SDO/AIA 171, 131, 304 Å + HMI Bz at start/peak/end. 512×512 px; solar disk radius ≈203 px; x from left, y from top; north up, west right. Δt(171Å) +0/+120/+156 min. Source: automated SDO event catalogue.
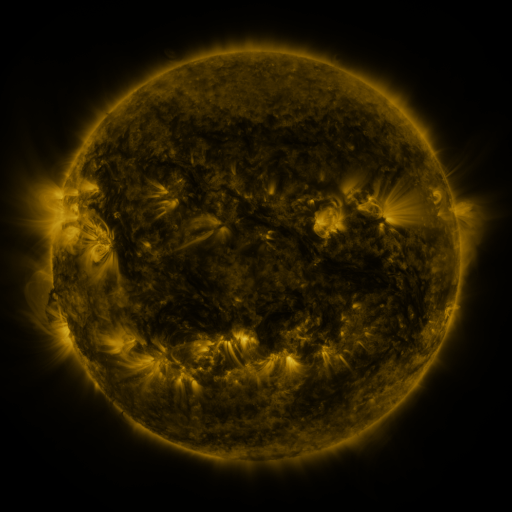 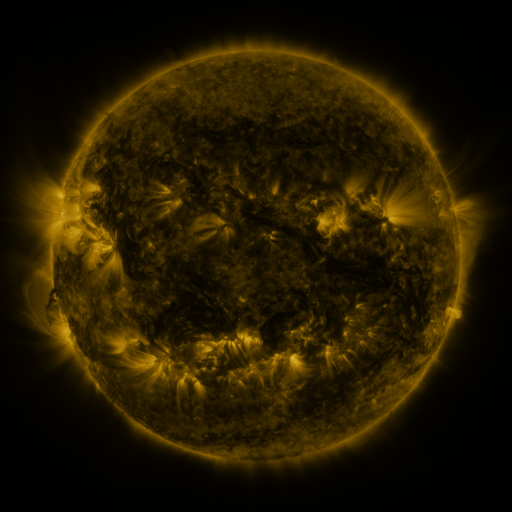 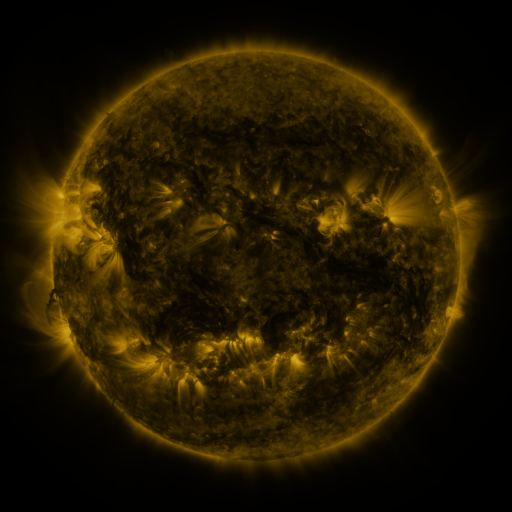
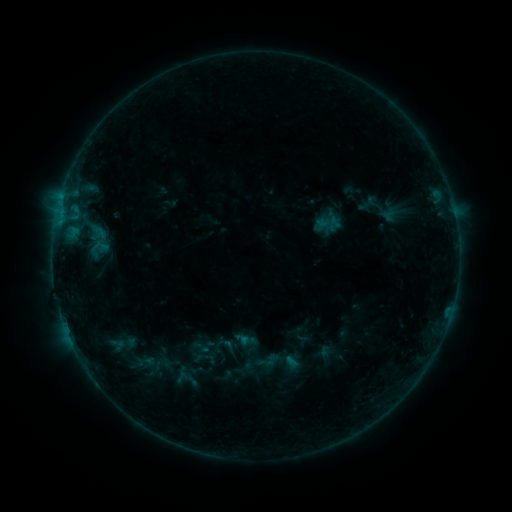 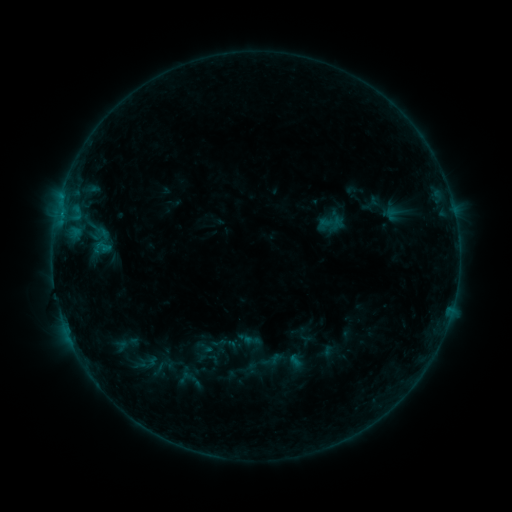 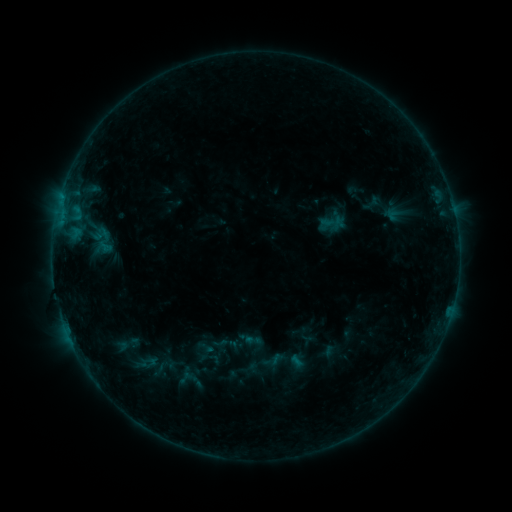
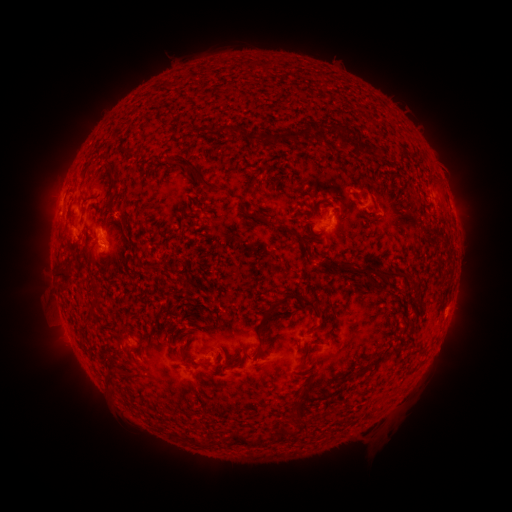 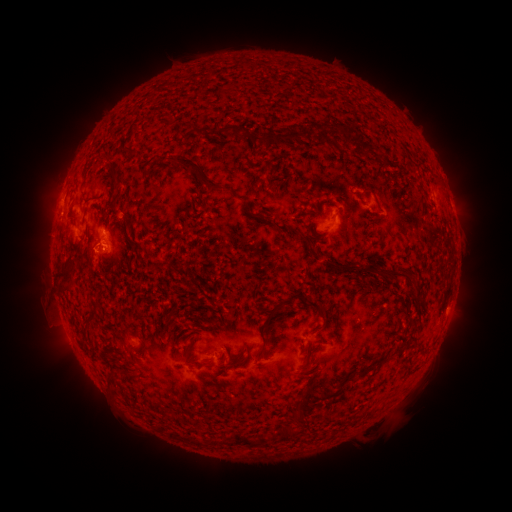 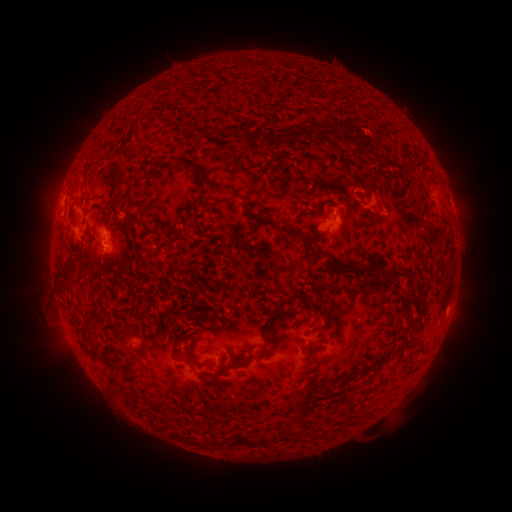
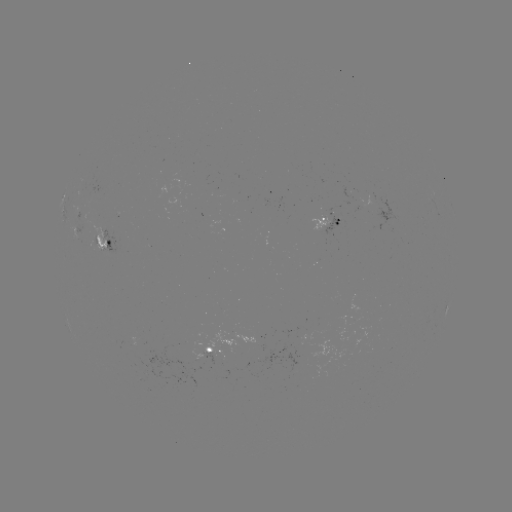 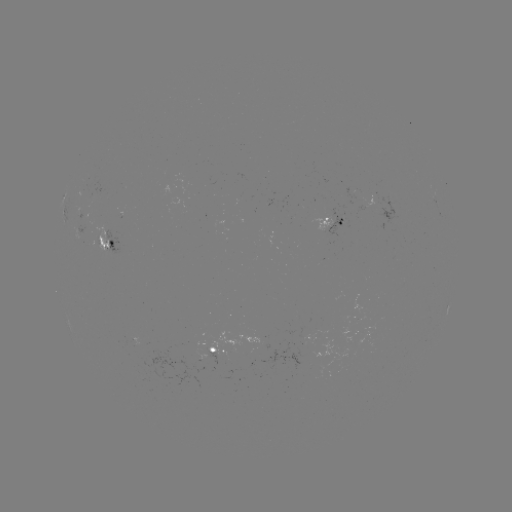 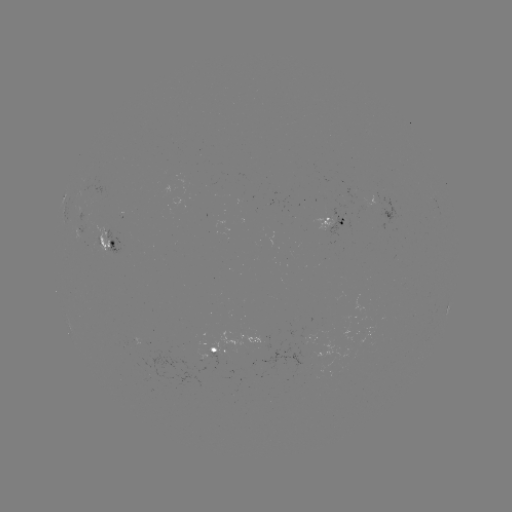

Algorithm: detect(emerging-flux region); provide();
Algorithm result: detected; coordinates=335,221